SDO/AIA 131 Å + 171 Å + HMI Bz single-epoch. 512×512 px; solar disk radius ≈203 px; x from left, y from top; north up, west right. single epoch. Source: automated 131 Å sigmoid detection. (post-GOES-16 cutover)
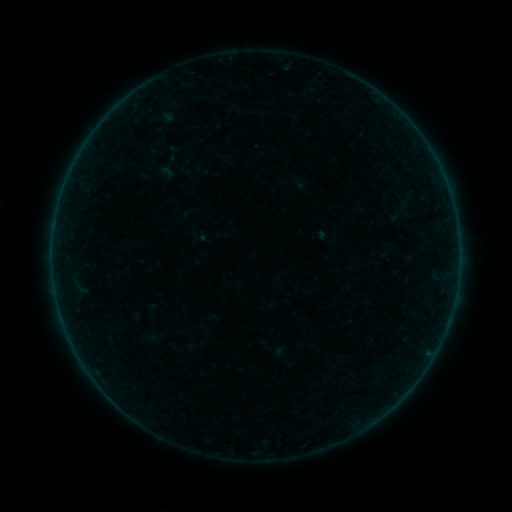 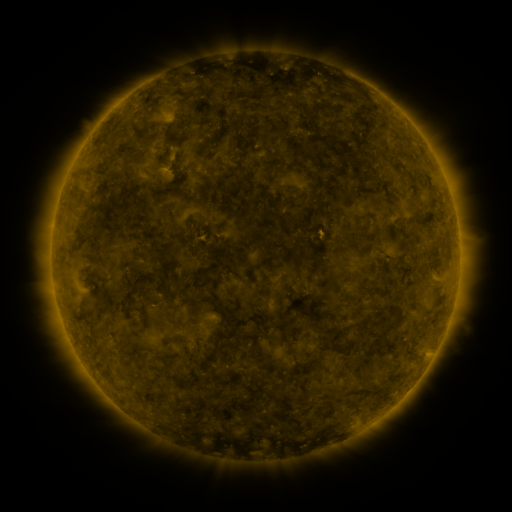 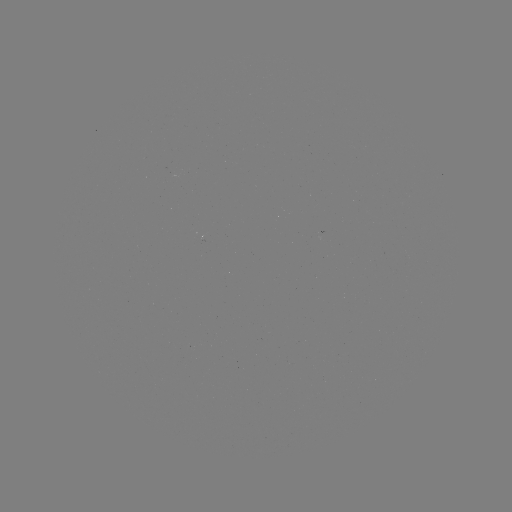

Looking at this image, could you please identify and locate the sigmoid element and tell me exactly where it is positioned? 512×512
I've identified sigmoid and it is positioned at (170, 167).